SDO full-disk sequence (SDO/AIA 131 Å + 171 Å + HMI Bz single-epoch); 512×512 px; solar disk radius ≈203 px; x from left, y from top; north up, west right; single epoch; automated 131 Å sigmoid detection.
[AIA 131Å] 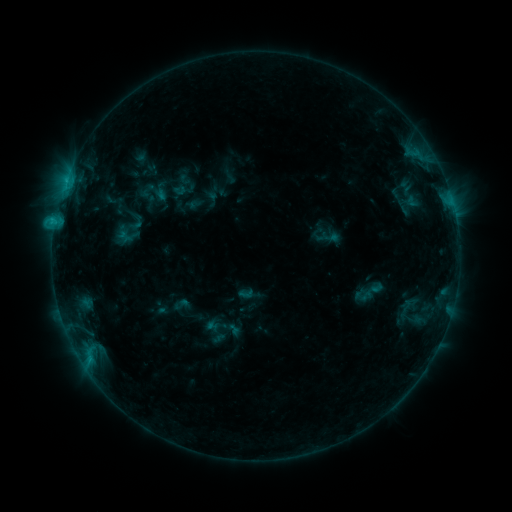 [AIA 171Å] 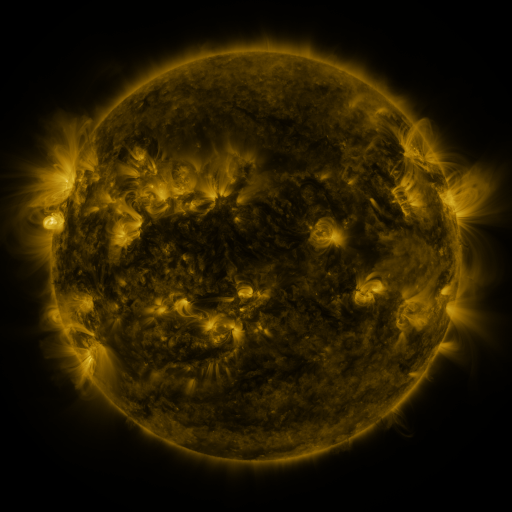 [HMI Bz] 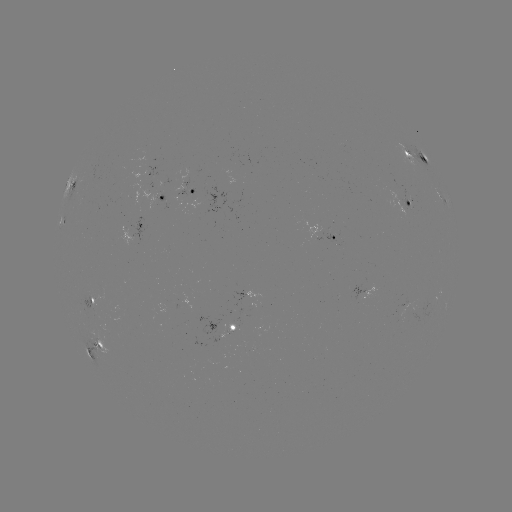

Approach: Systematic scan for sigmoid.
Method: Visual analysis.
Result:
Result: sigmoid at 368,292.